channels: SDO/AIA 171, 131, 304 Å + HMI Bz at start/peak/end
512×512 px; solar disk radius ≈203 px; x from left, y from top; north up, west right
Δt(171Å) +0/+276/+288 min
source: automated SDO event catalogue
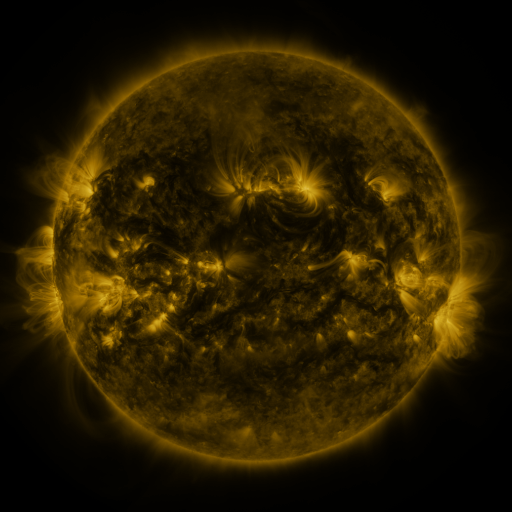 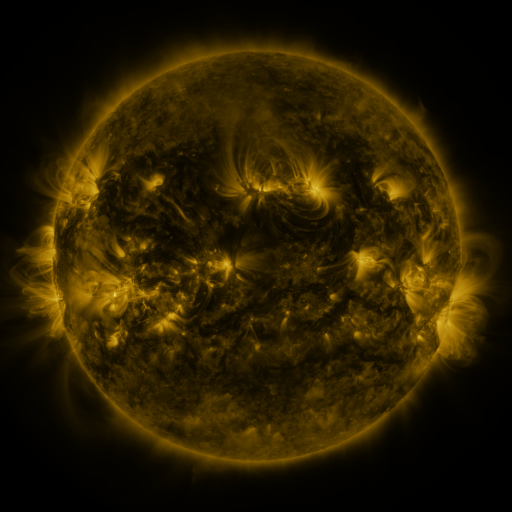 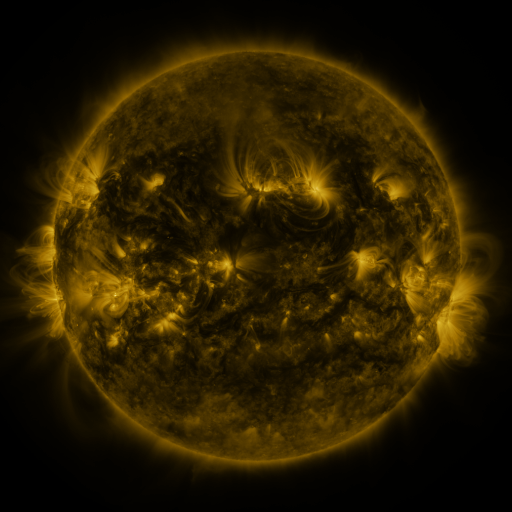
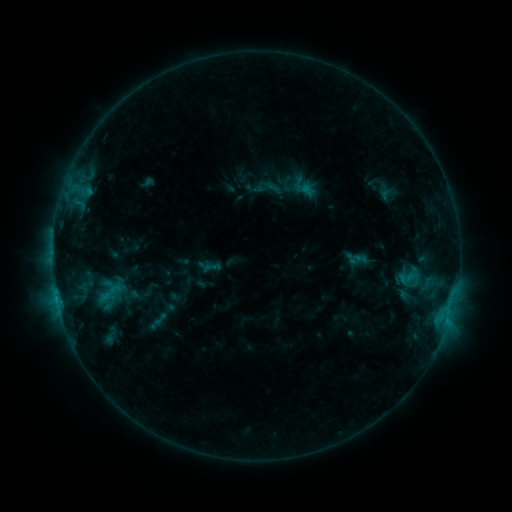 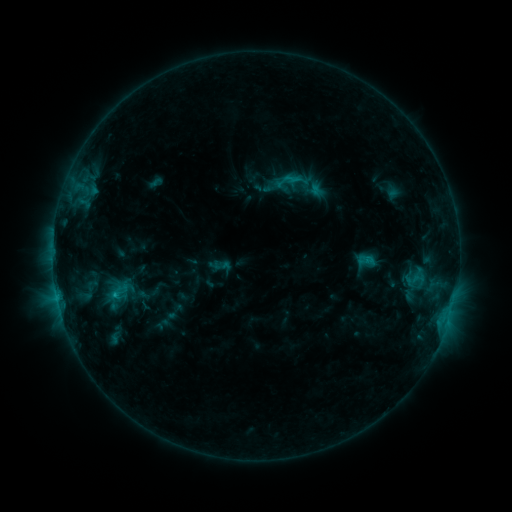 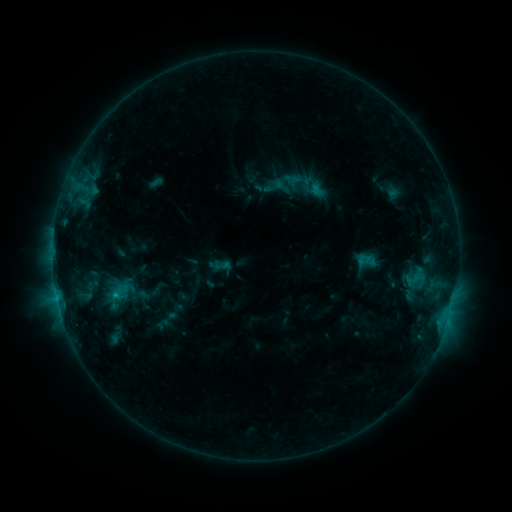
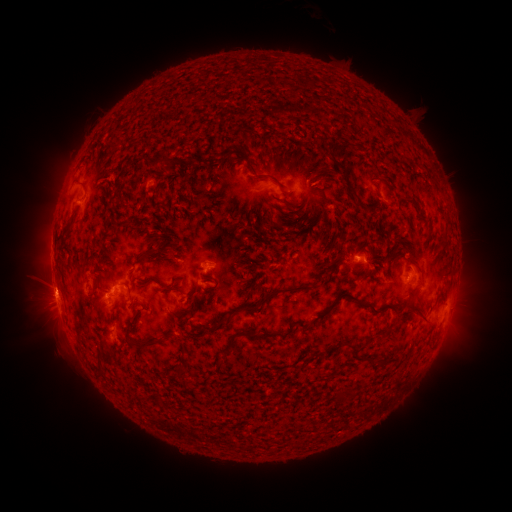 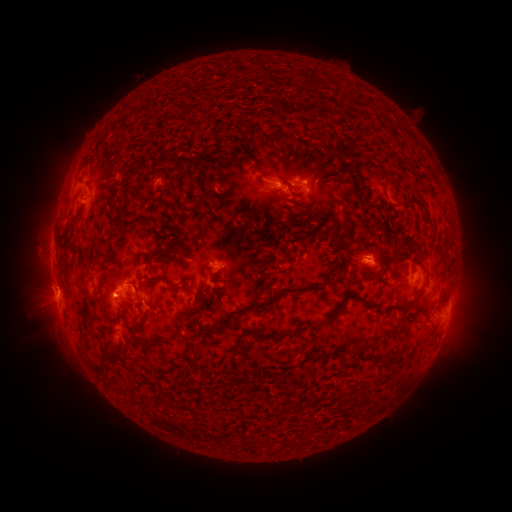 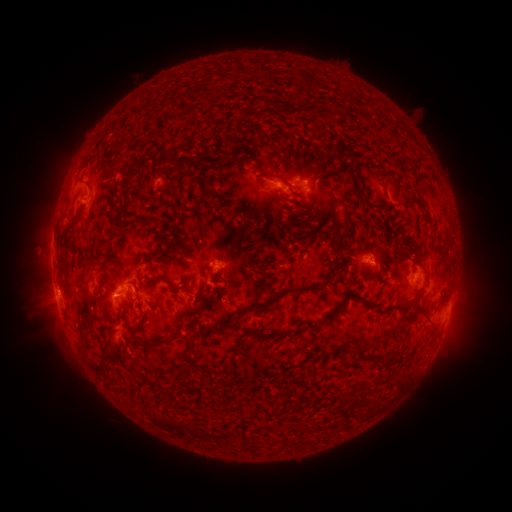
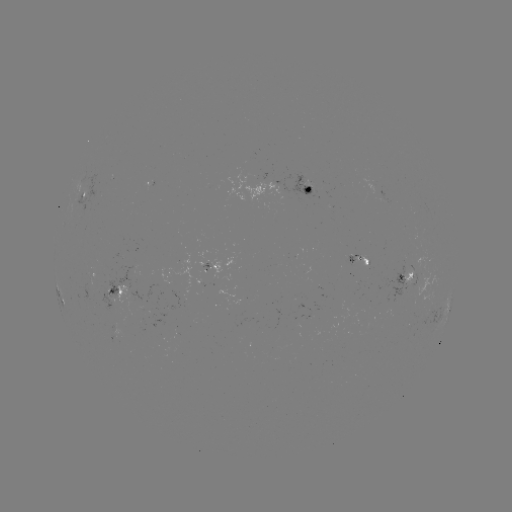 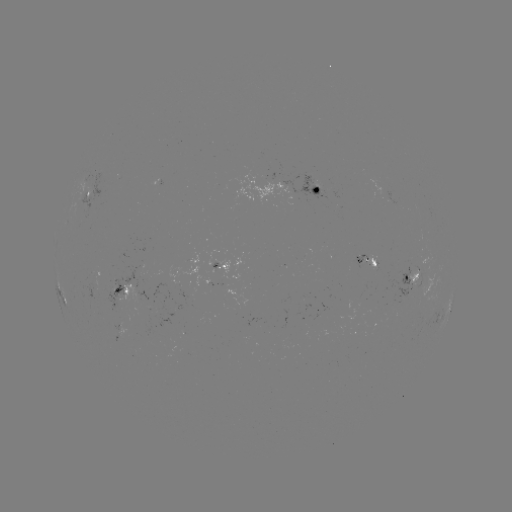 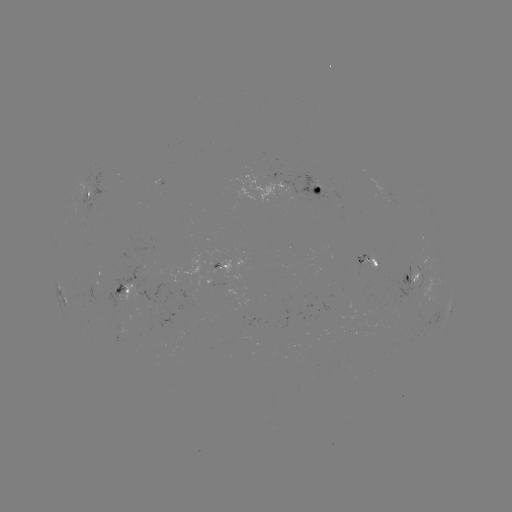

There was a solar emerging-flux region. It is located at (374, 266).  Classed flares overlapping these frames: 3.